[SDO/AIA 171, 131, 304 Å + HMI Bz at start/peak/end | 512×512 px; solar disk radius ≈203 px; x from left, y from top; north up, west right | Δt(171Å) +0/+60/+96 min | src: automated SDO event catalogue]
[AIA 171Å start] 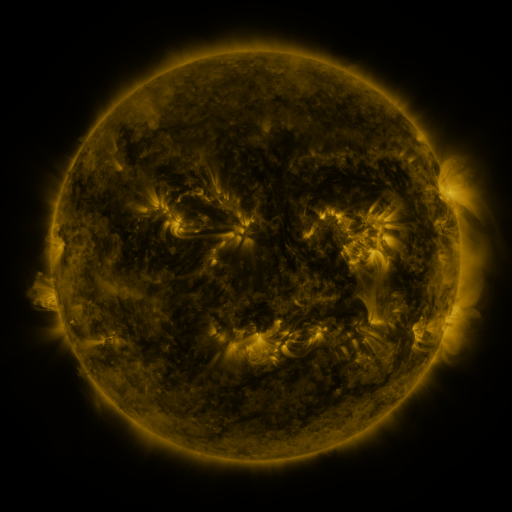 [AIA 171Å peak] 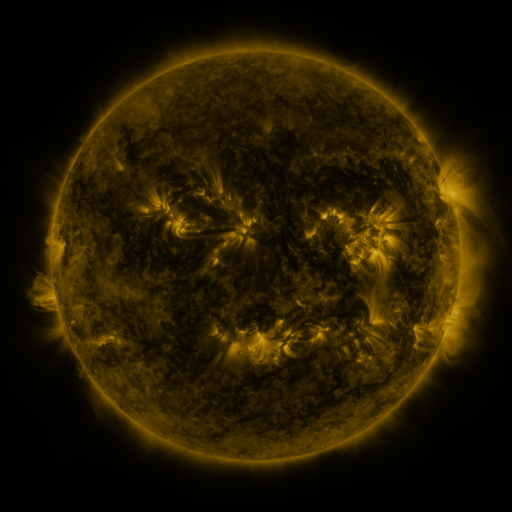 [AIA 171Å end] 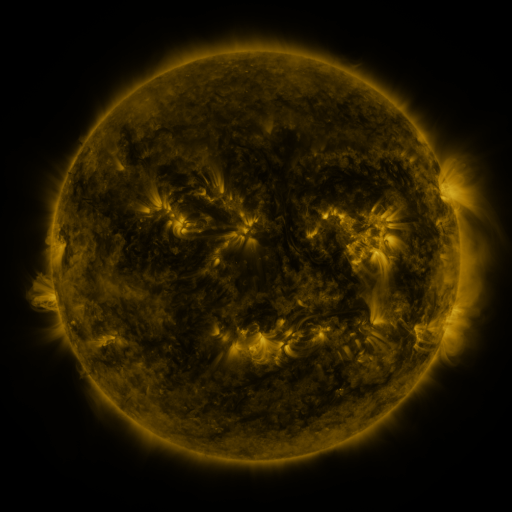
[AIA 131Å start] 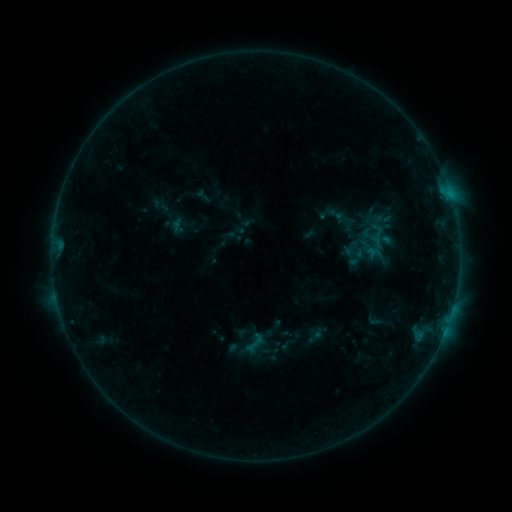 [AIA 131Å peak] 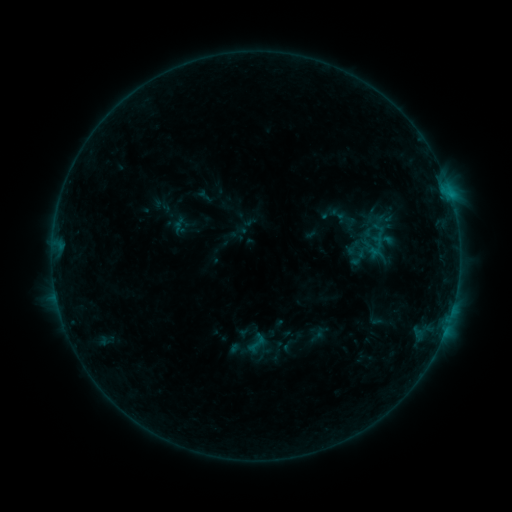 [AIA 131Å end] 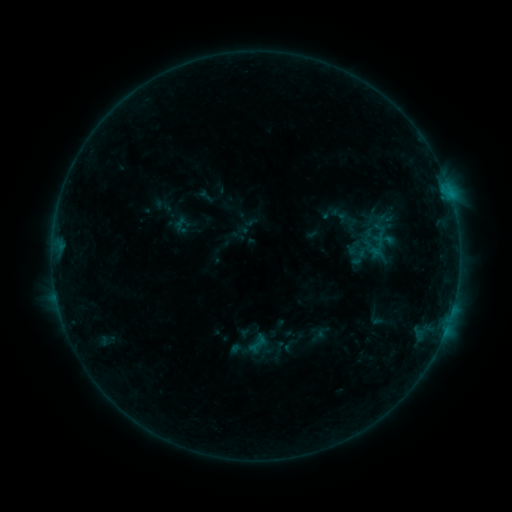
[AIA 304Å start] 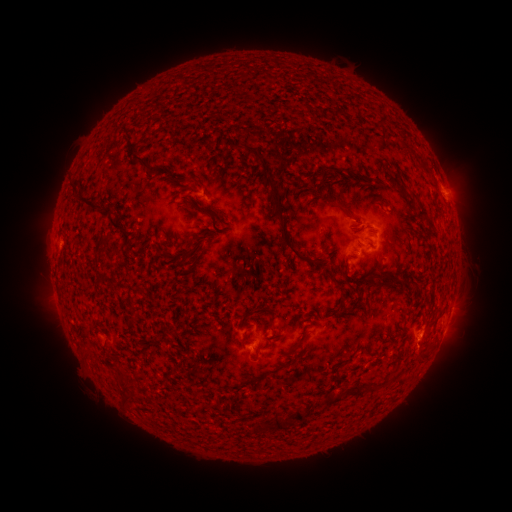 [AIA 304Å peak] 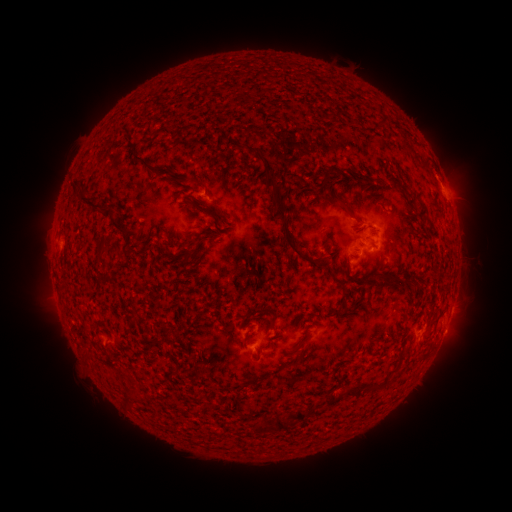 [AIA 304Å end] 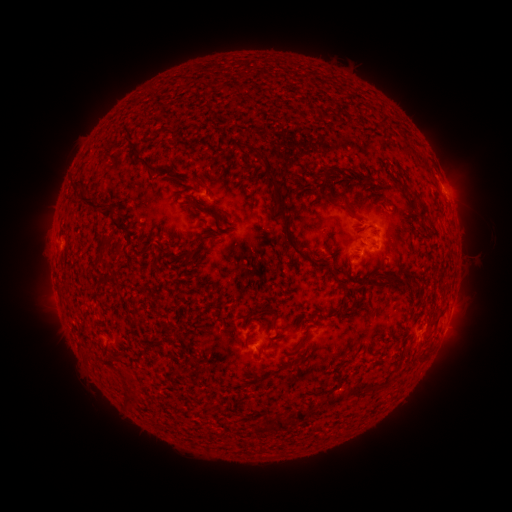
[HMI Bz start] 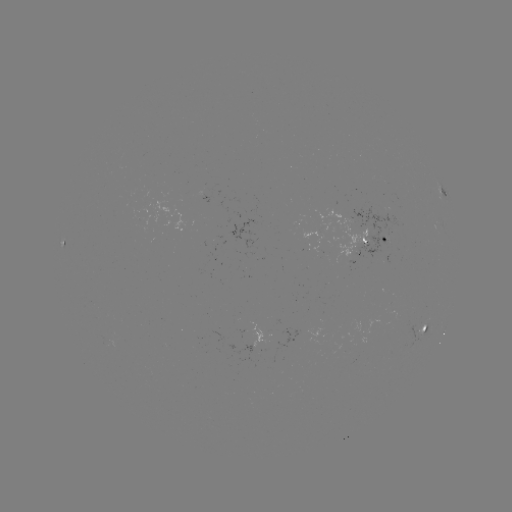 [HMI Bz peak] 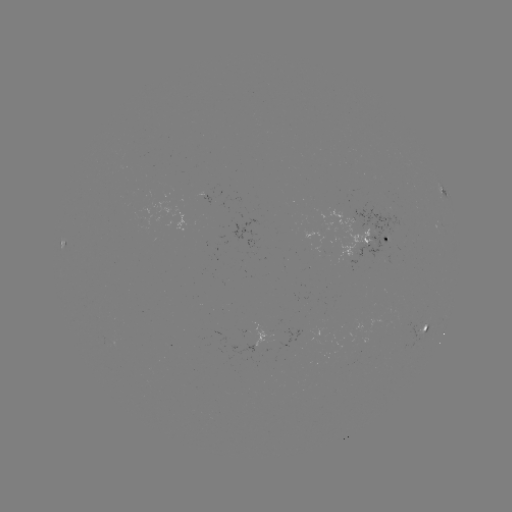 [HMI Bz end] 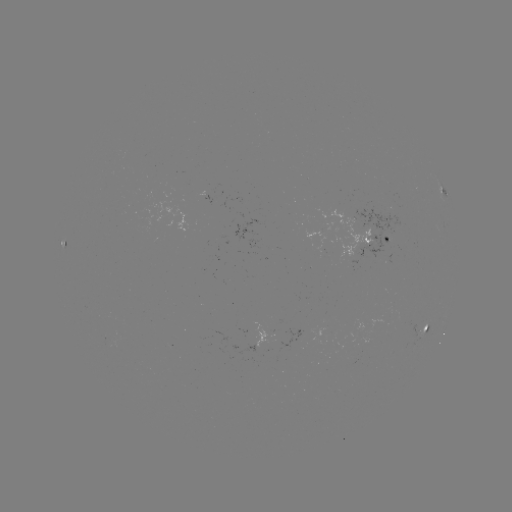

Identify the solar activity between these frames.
emerging-flux region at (282, 336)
